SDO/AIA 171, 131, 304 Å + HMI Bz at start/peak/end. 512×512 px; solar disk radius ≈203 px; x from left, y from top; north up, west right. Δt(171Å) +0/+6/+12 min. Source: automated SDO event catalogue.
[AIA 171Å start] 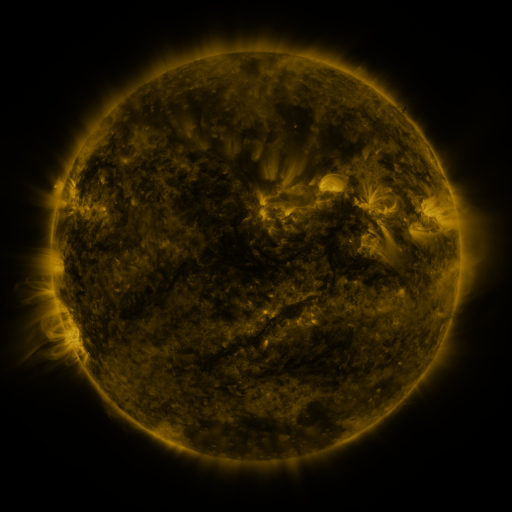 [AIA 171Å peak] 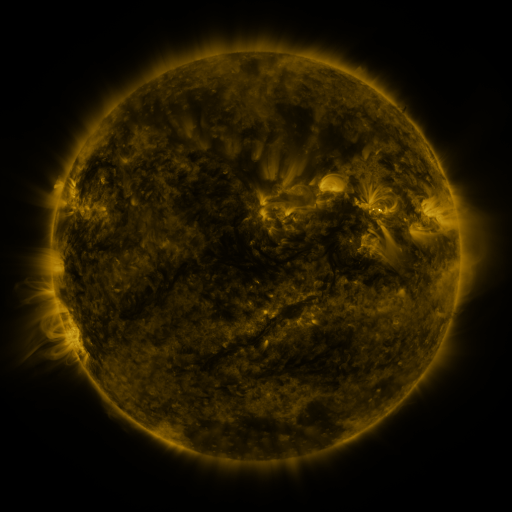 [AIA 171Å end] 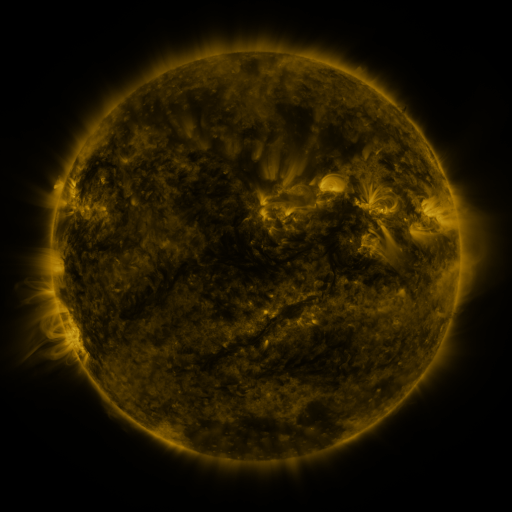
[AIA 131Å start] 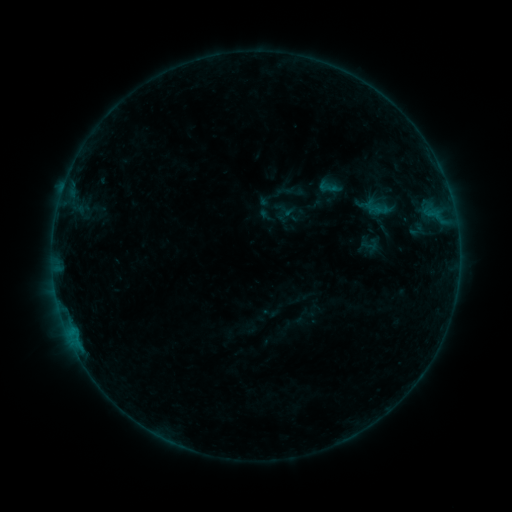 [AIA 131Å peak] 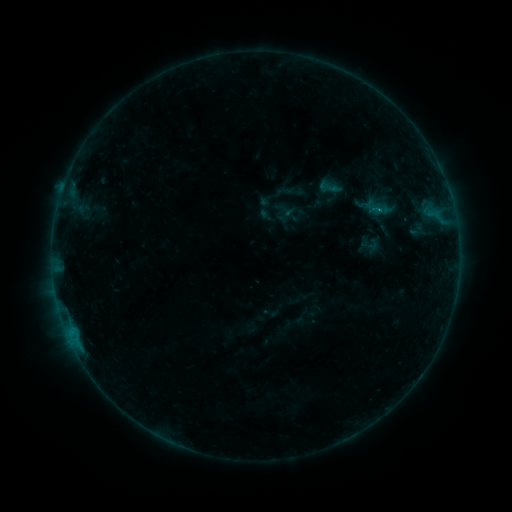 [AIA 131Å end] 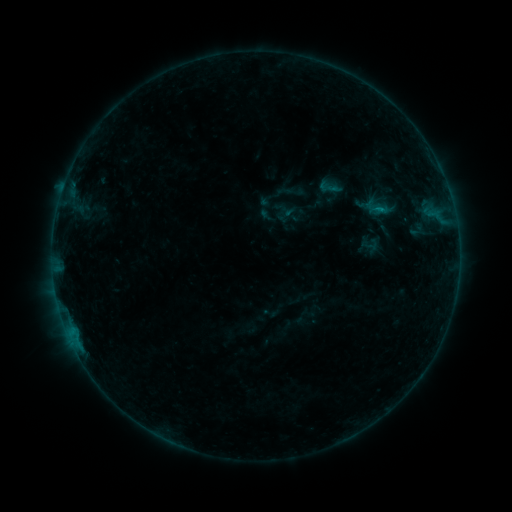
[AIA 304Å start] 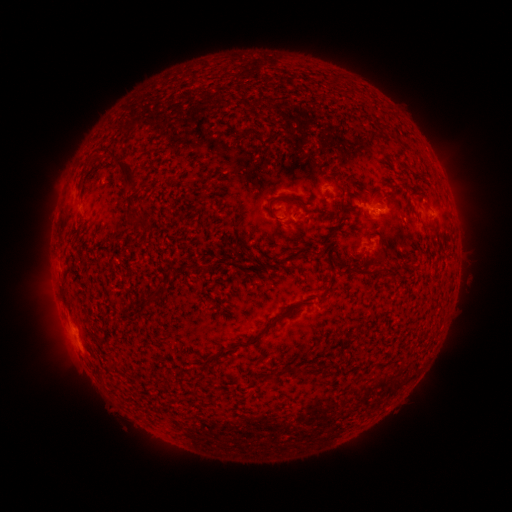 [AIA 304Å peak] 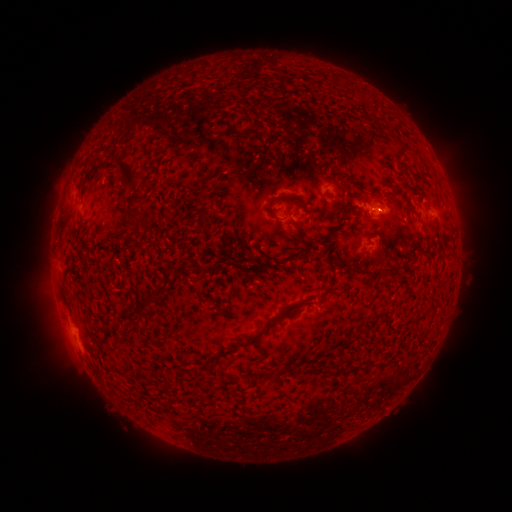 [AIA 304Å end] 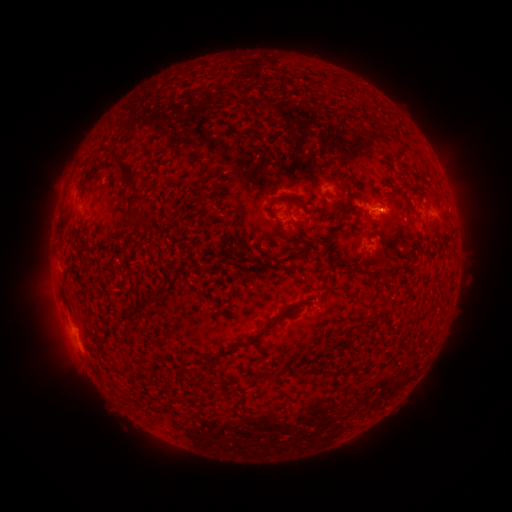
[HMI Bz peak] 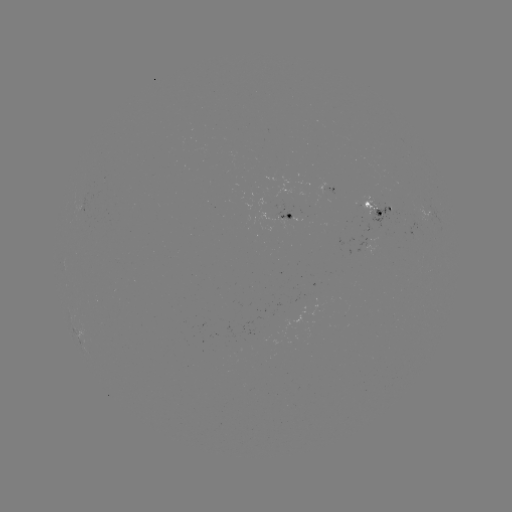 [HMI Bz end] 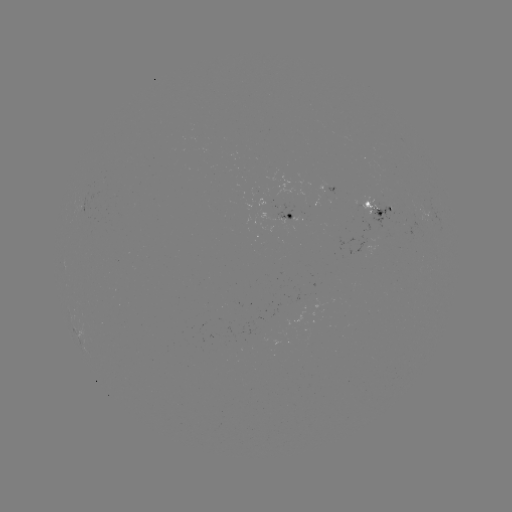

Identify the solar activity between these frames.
B2.9 flare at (377, 211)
